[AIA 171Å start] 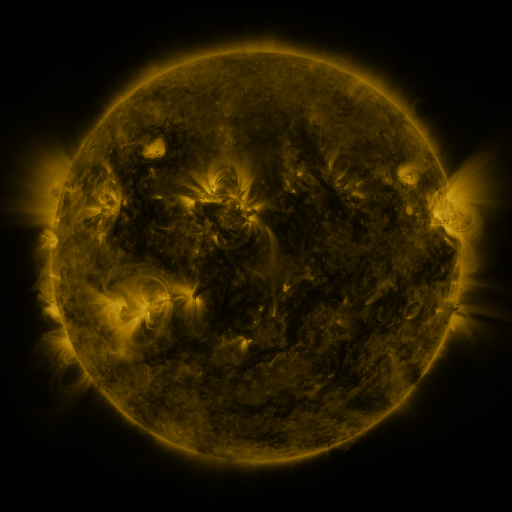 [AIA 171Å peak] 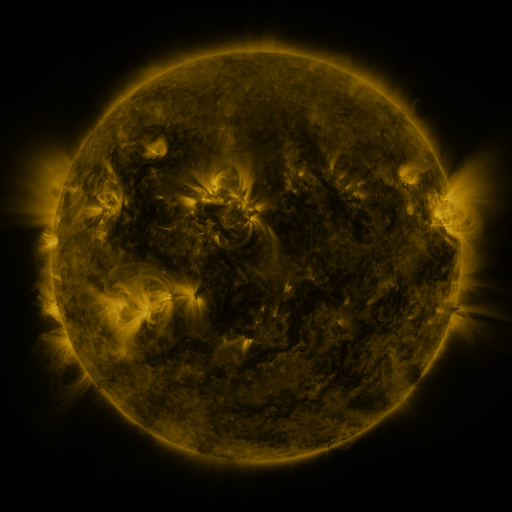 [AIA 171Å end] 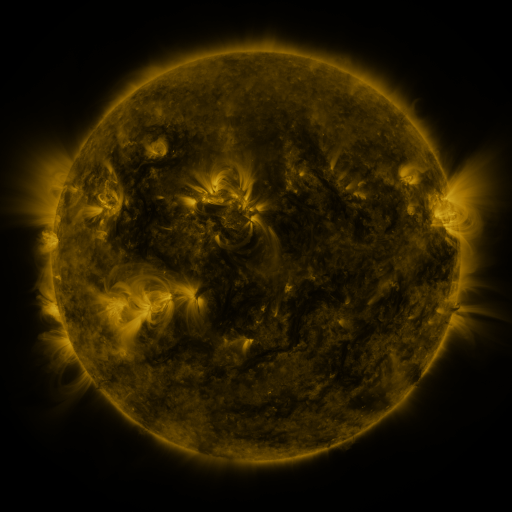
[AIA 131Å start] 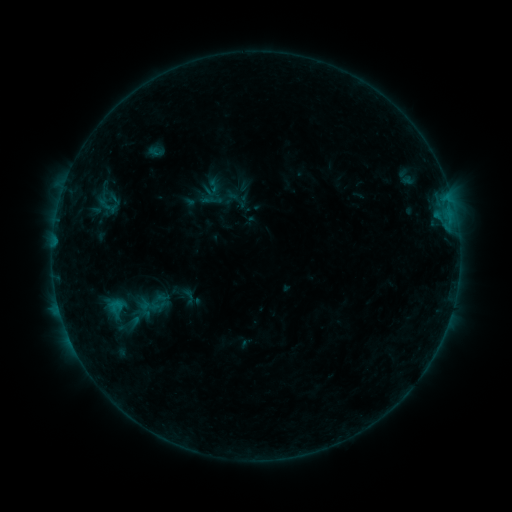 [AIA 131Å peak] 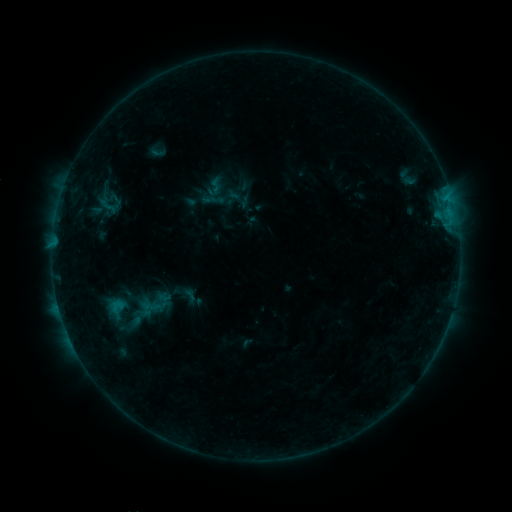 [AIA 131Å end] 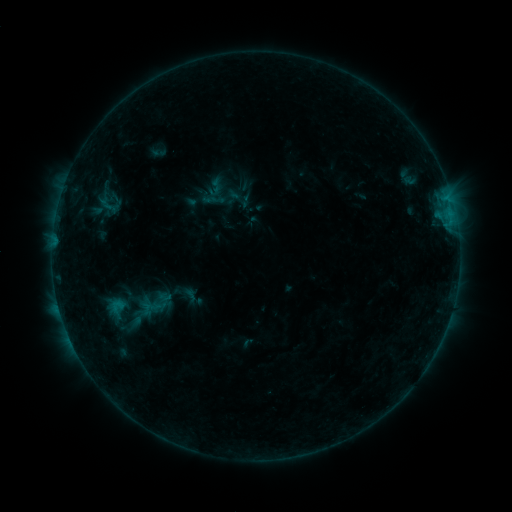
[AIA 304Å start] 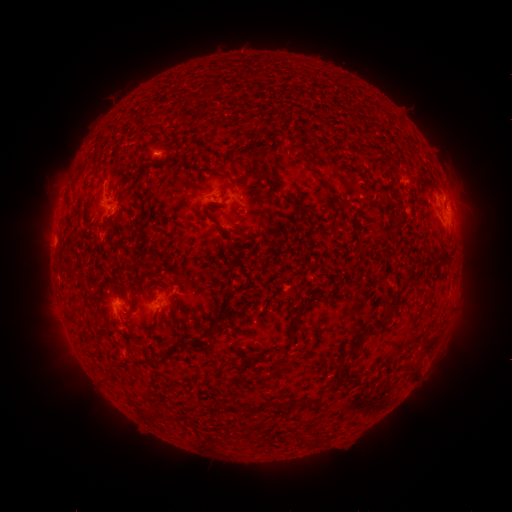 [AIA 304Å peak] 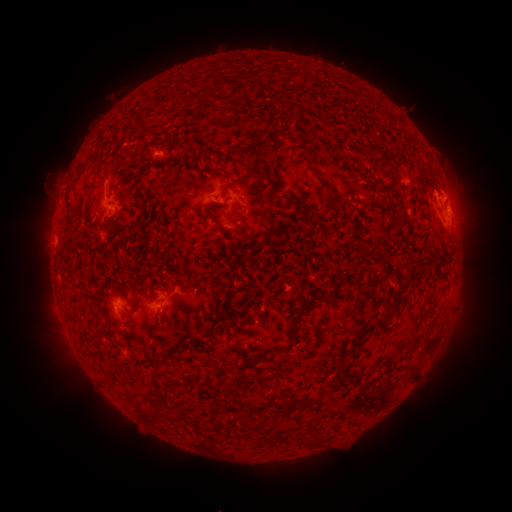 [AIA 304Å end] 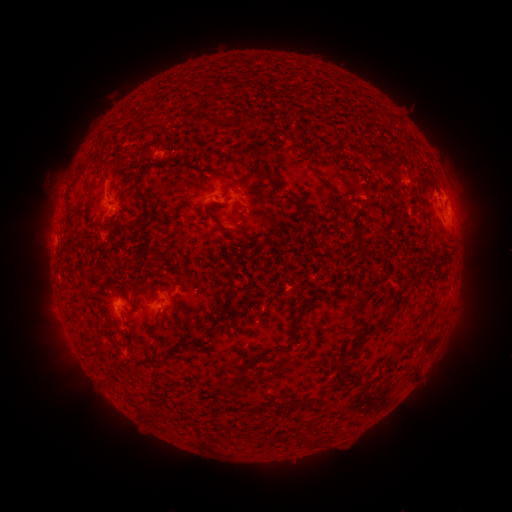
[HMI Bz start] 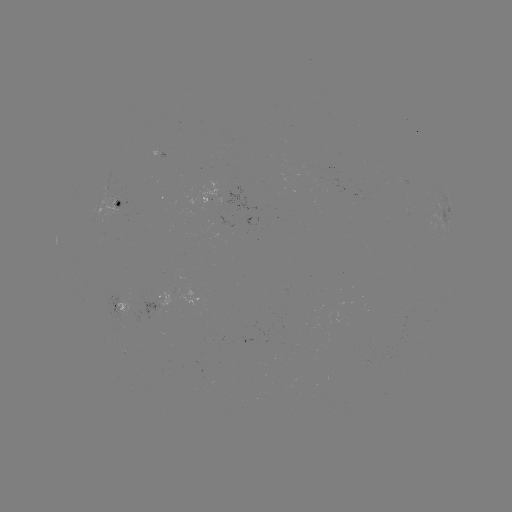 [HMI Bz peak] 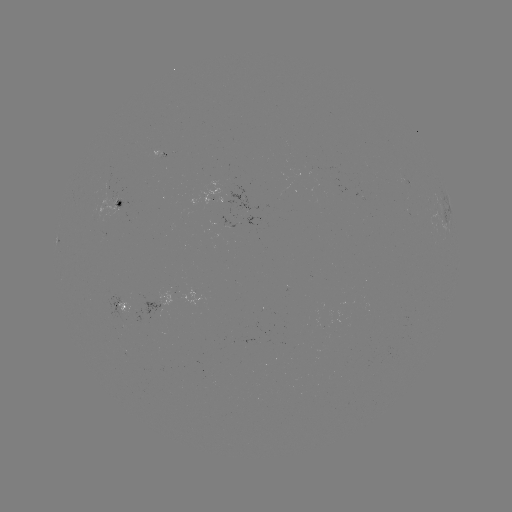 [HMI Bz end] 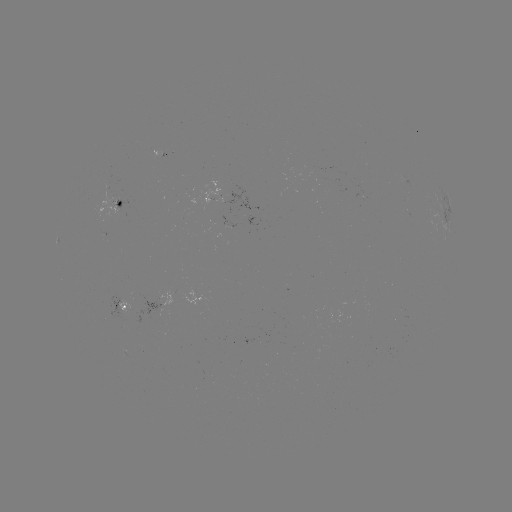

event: flare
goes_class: B5.4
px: (445, 191)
